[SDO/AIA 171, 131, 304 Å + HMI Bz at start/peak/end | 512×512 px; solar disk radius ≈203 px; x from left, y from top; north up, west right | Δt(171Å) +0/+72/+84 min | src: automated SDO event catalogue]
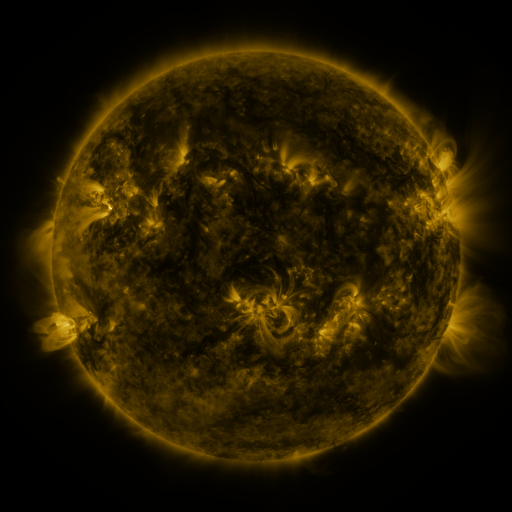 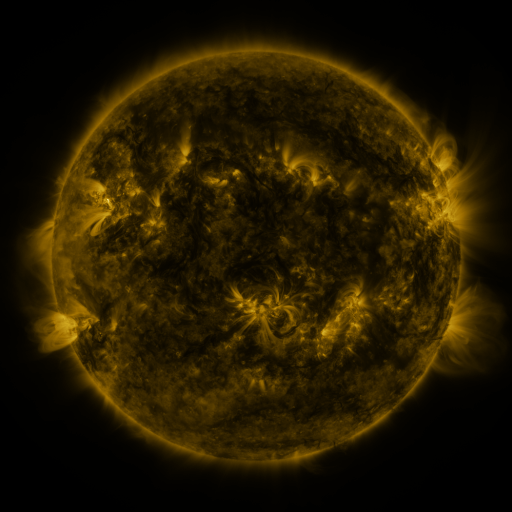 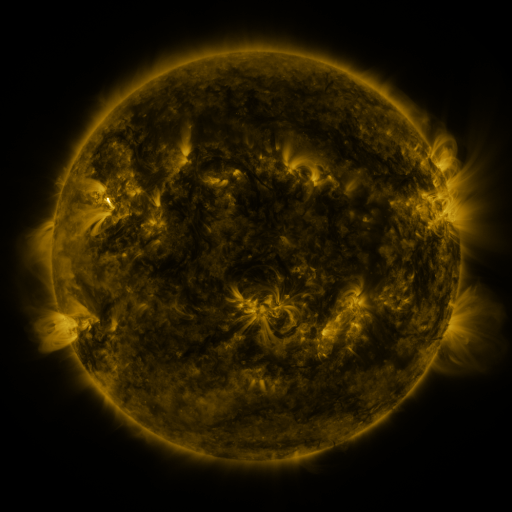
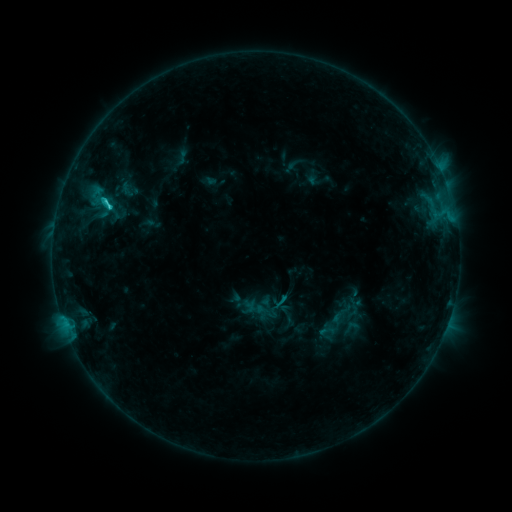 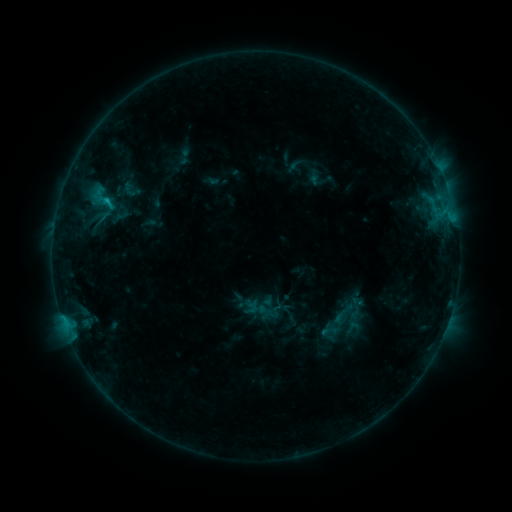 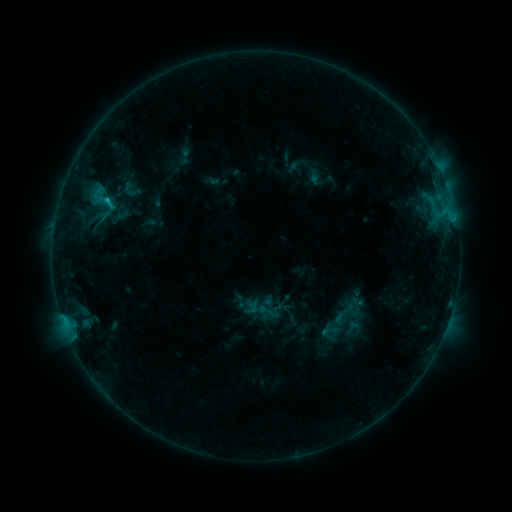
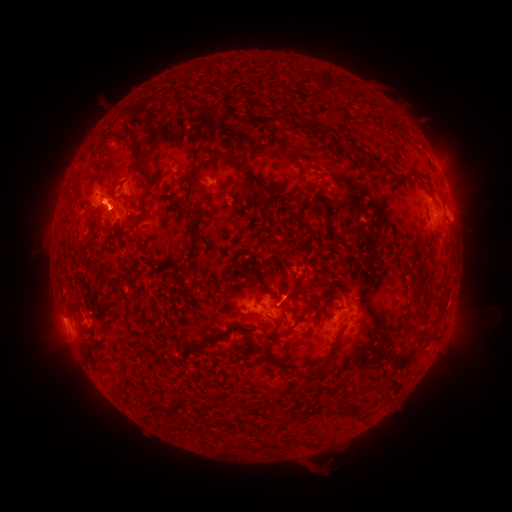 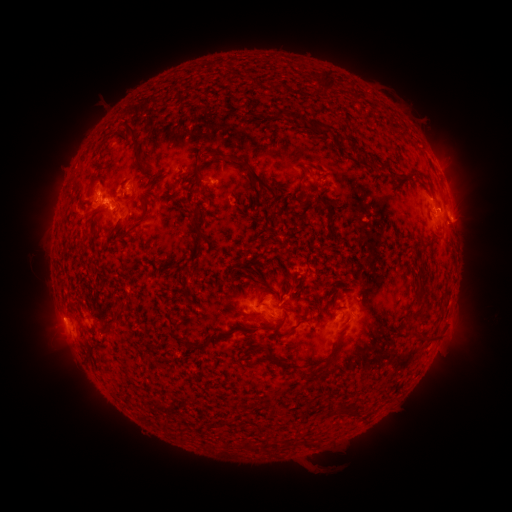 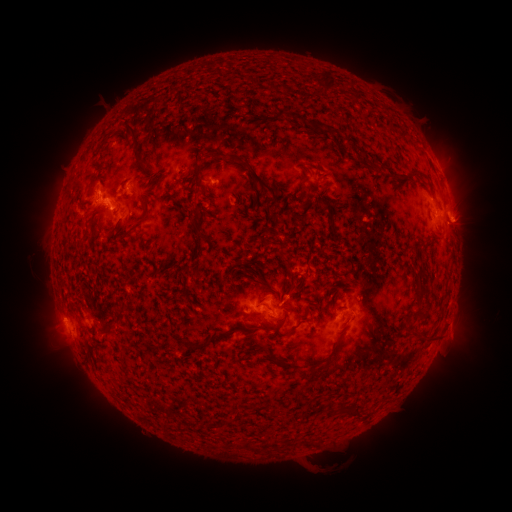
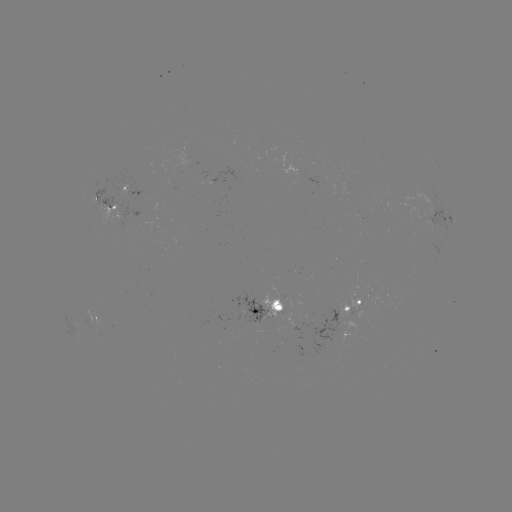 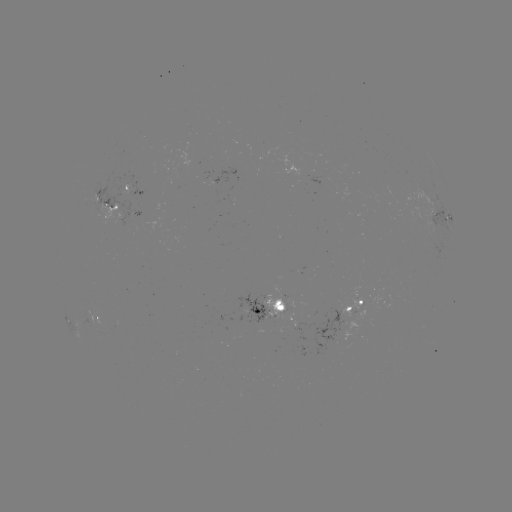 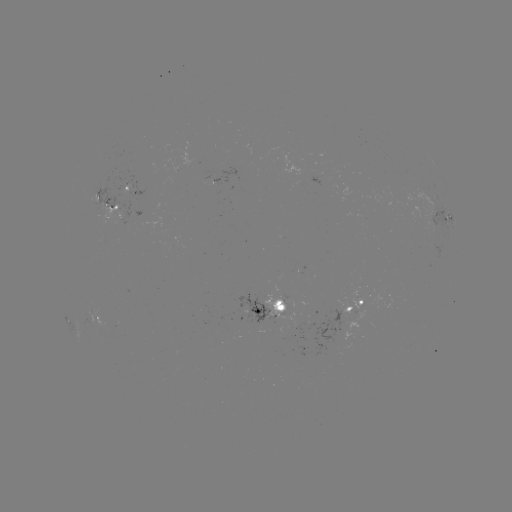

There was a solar emerging-flux region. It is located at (275, 311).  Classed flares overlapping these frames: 4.